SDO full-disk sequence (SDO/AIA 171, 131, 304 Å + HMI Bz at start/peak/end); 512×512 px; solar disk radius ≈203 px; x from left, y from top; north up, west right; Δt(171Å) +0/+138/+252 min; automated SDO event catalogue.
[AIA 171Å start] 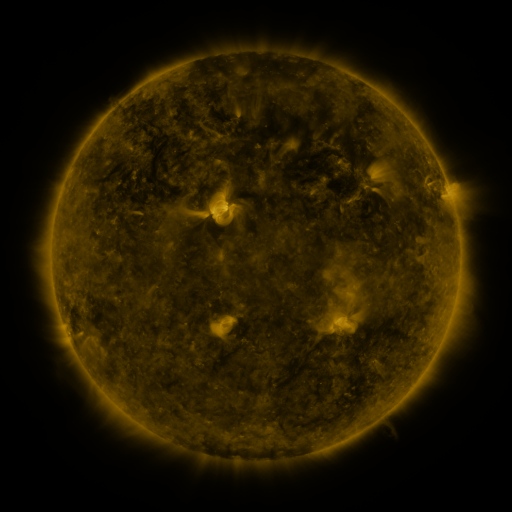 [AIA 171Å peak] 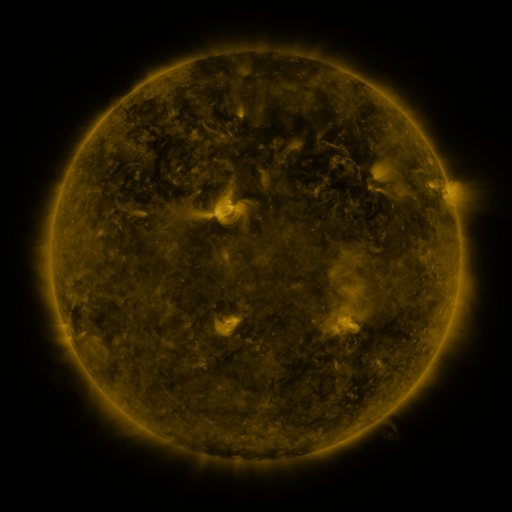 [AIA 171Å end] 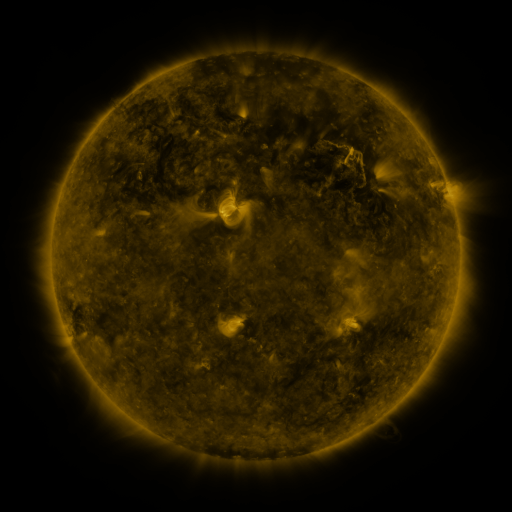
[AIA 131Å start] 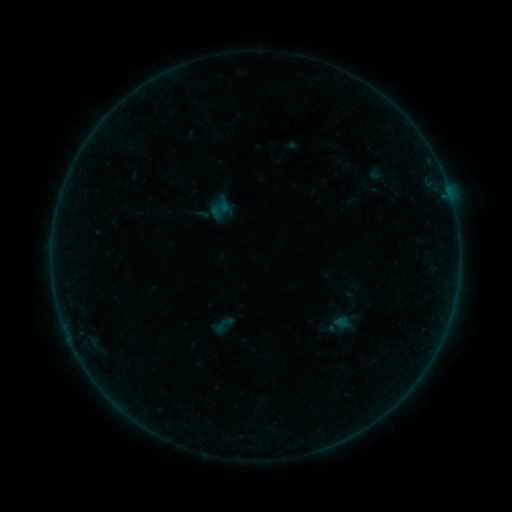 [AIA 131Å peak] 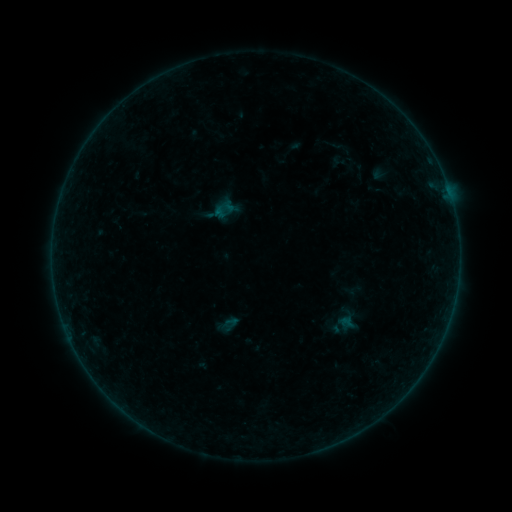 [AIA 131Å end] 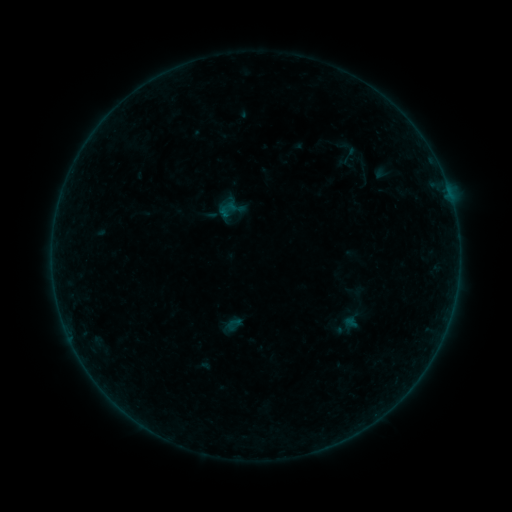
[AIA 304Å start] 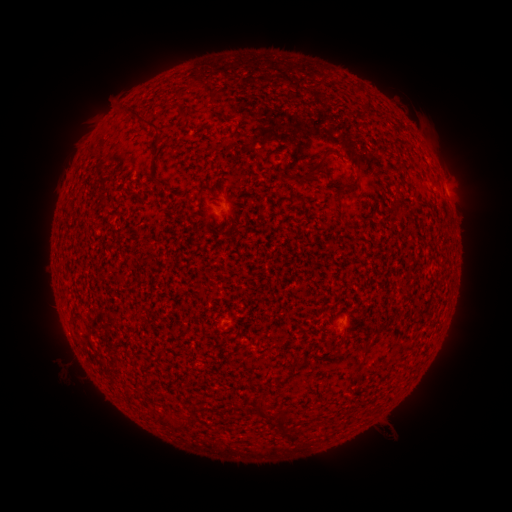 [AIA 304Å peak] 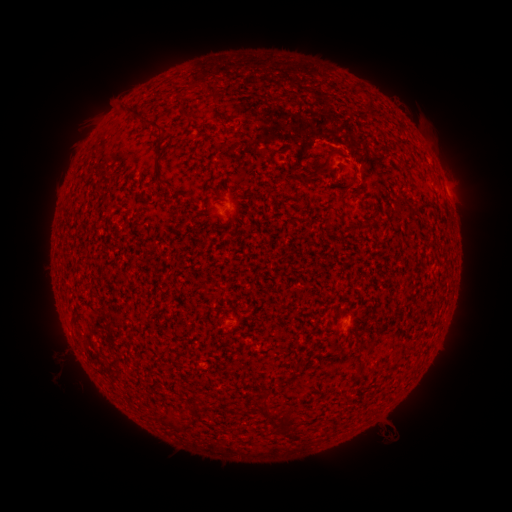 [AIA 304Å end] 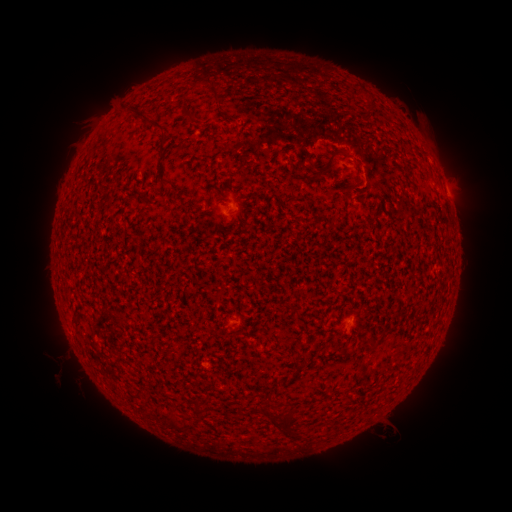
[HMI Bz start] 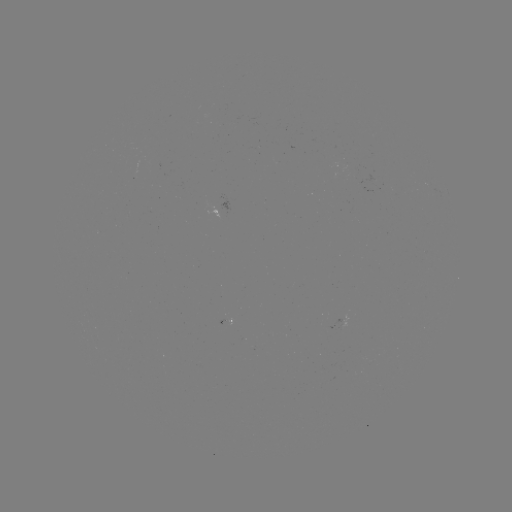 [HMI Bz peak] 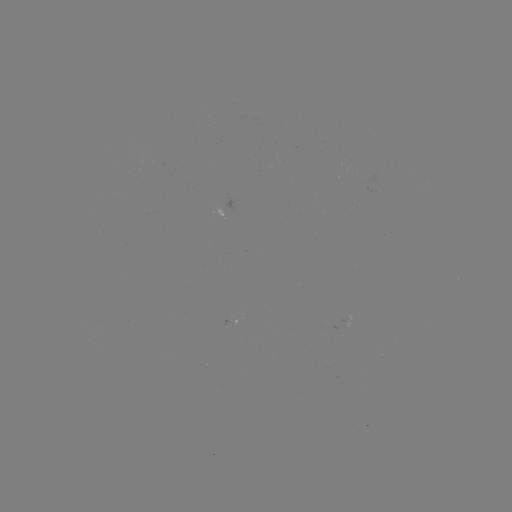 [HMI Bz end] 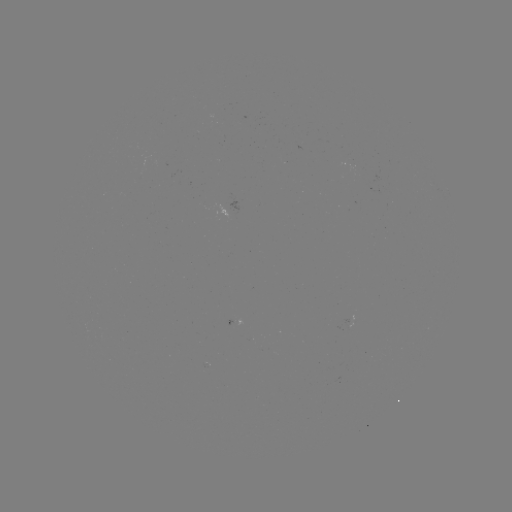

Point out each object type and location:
A7.1 flare: (235, 211)
